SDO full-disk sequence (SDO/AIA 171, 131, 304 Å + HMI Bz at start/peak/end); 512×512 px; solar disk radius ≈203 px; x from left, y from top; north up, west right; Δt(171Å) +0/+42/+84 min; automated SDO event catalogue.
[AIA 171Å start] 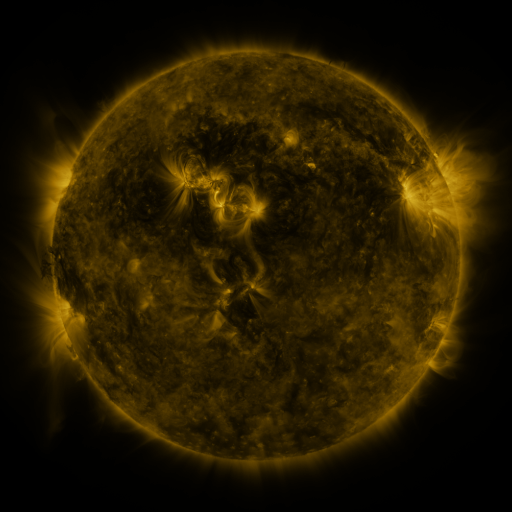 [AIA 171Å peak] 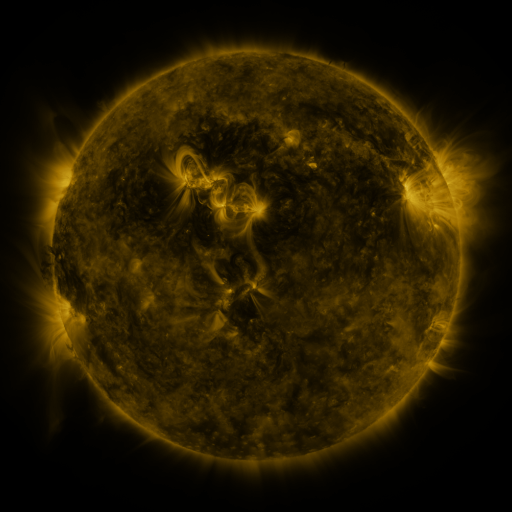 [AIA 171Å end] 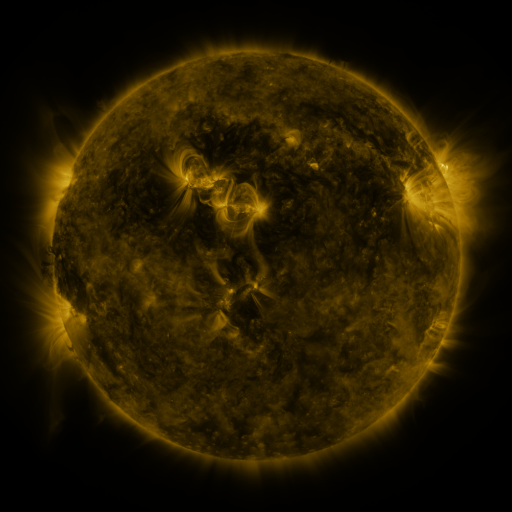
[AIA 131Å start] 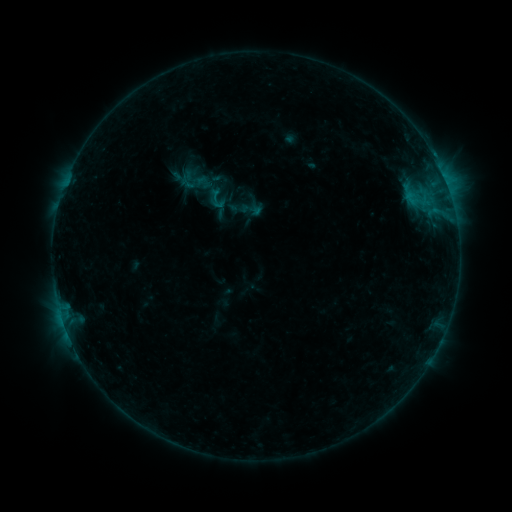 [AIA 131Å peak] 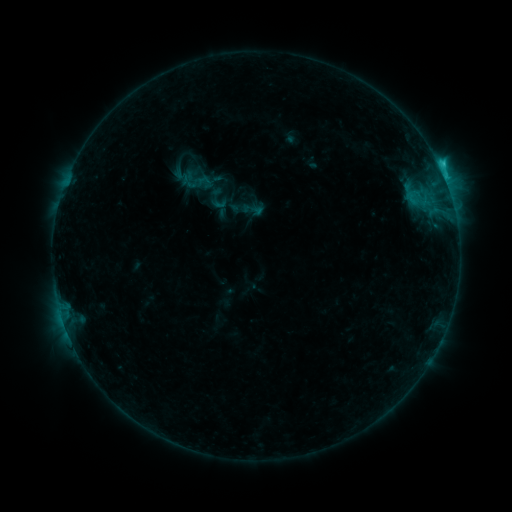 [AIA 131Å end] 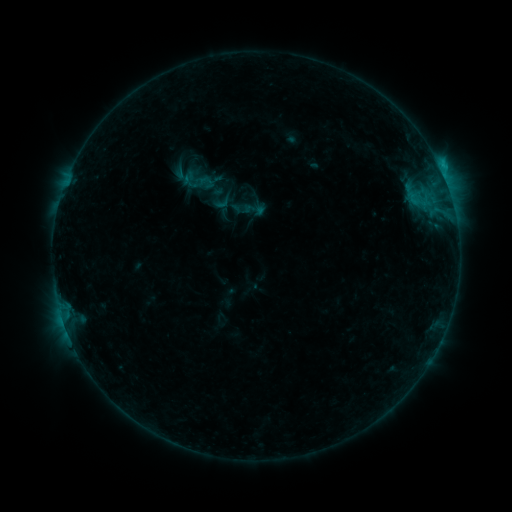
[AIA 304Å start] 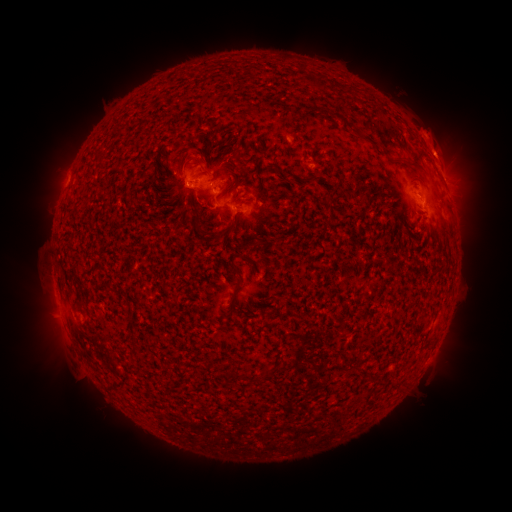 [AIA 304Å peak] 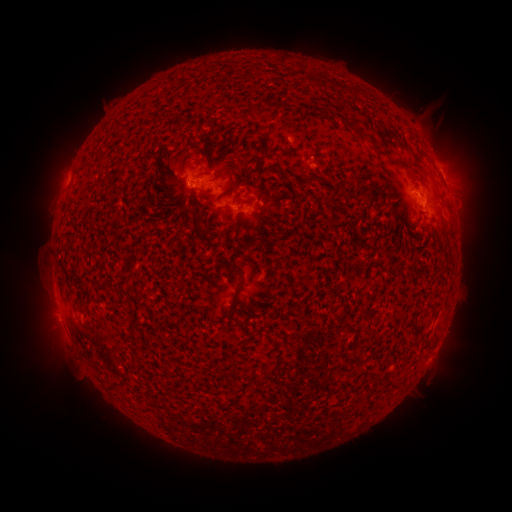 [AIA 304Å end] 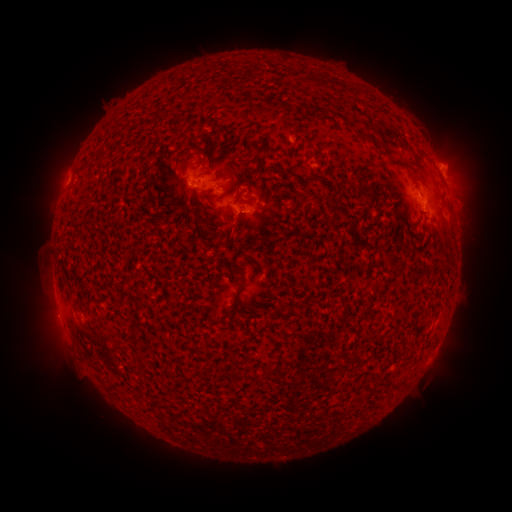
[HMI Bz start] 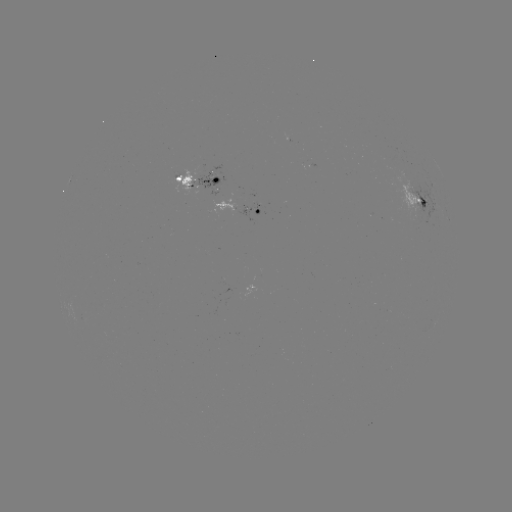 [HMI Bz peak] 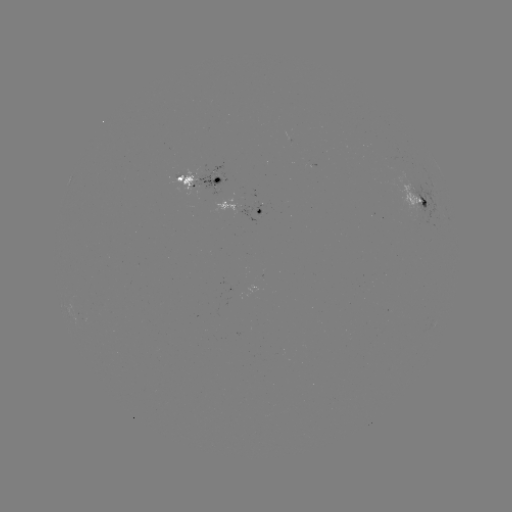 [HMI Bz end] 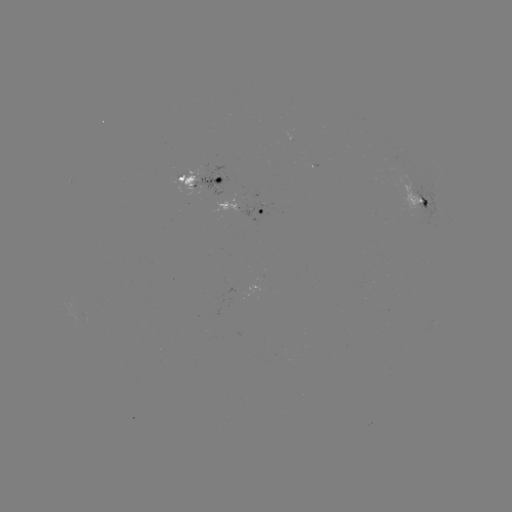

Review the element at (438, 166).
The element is C1.8 flare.